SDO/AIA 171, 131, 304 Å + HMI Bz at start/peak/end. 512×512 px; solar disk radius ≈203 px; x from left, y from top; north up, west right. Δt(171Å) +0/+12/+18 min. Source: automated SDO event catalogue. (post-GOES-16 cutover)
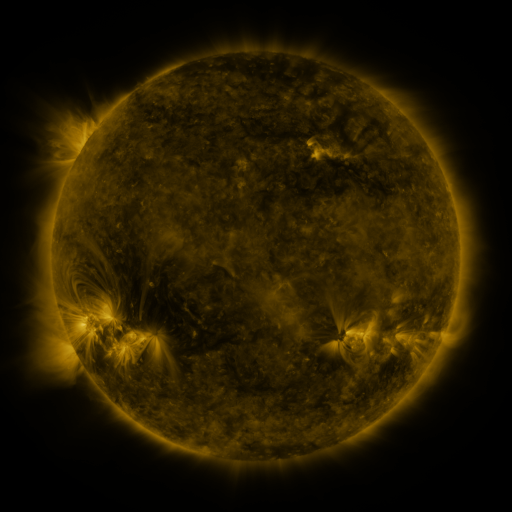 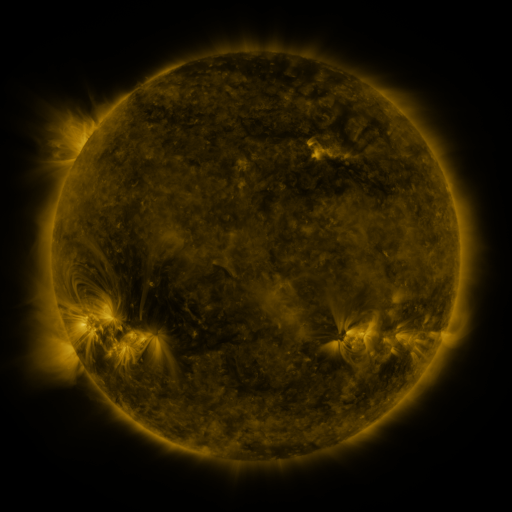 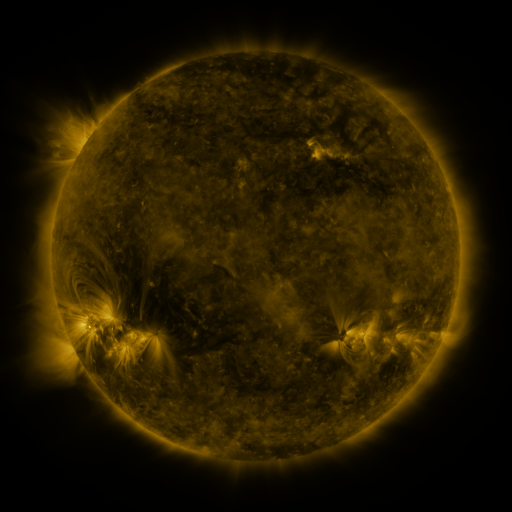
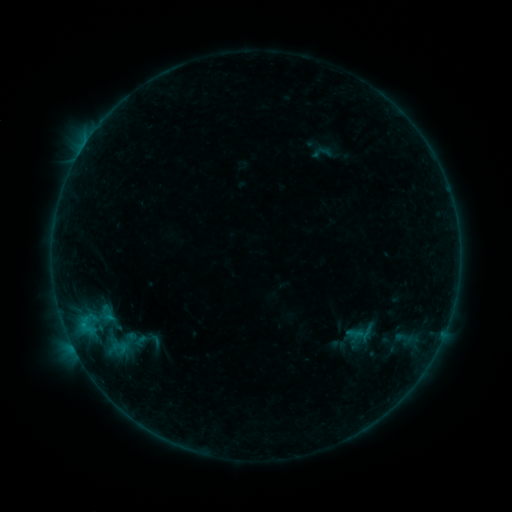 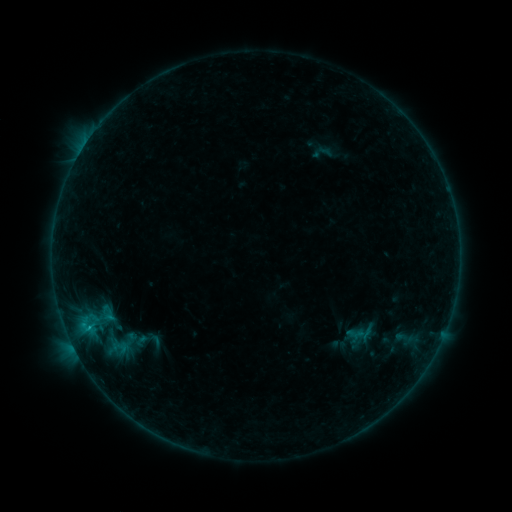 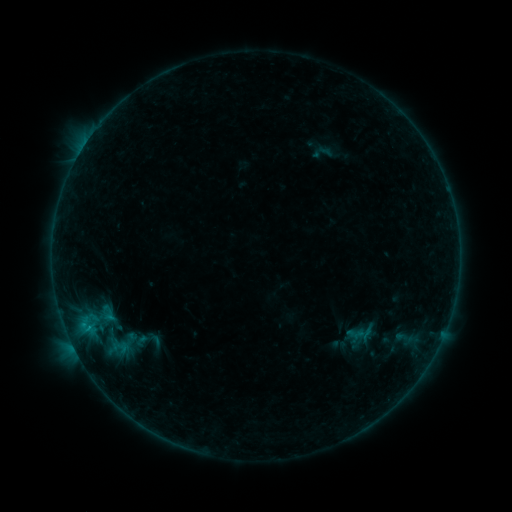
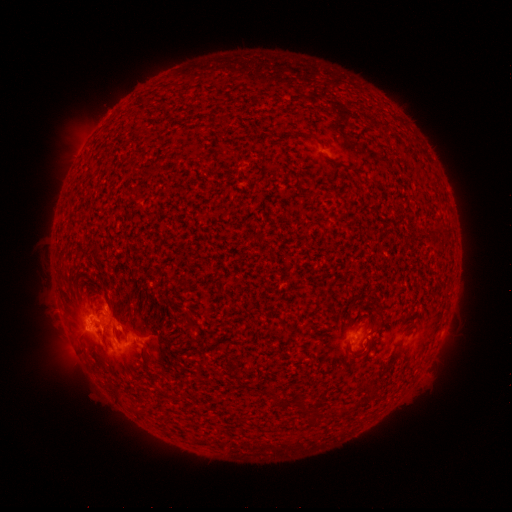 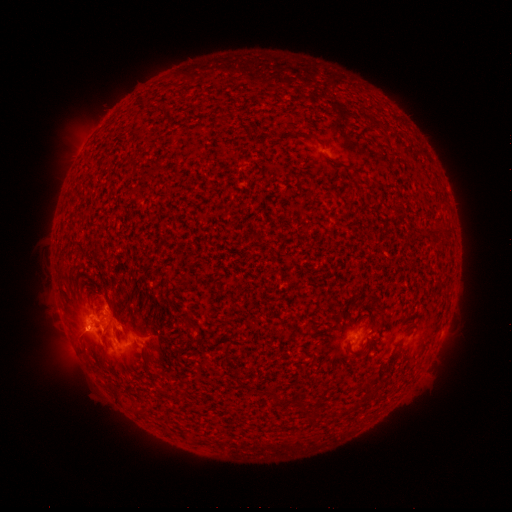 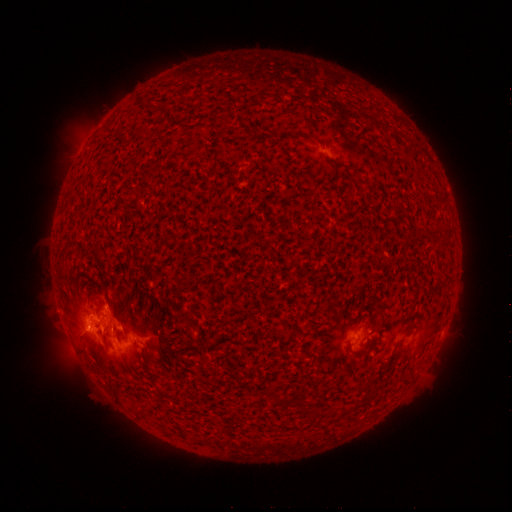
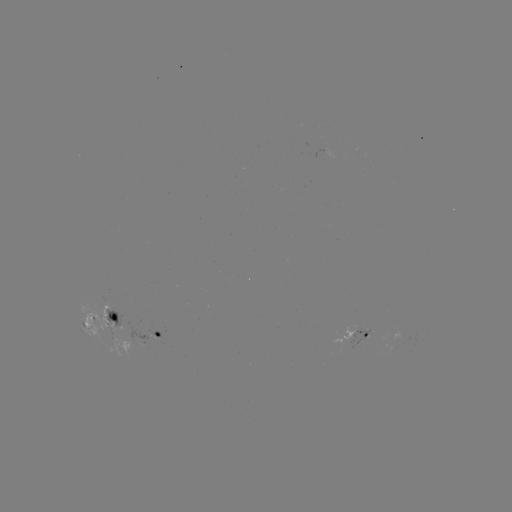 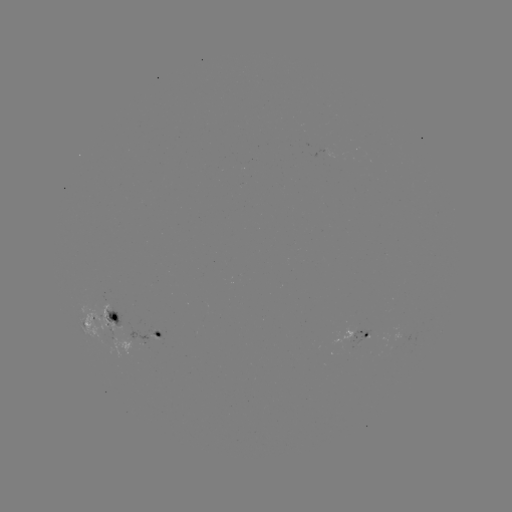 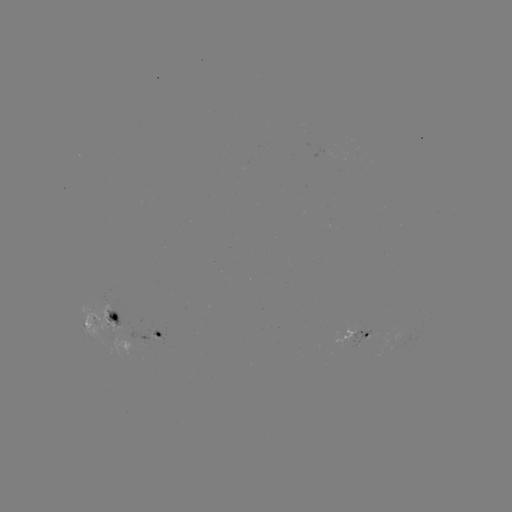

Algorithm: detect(B6.1 flare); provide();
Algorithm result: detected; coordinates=[89, 324]